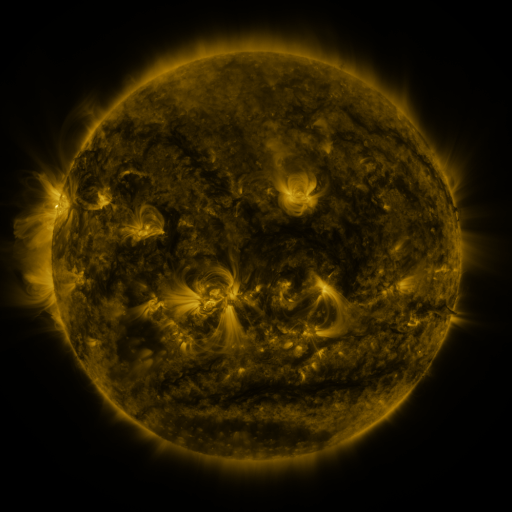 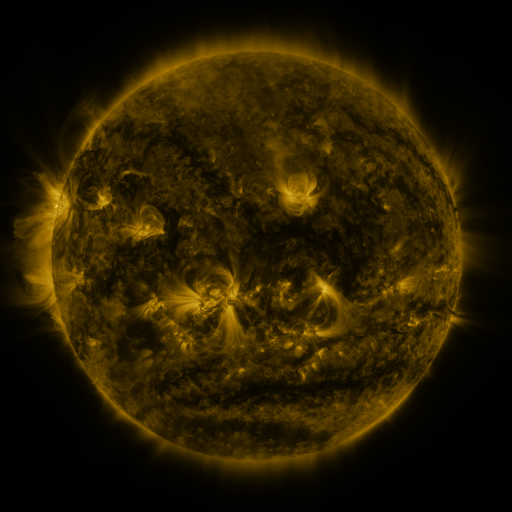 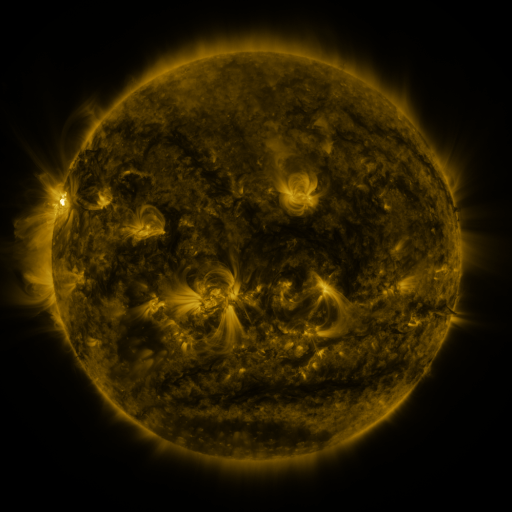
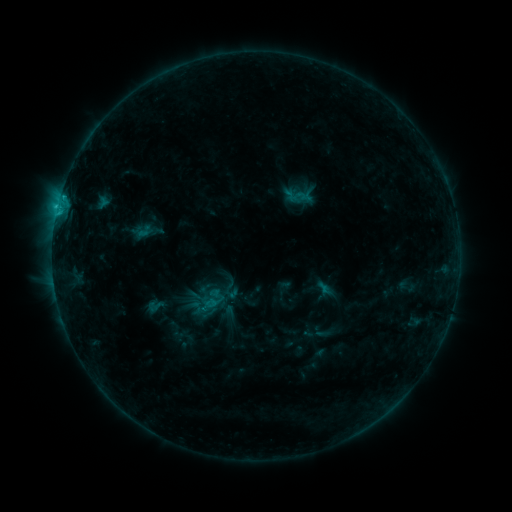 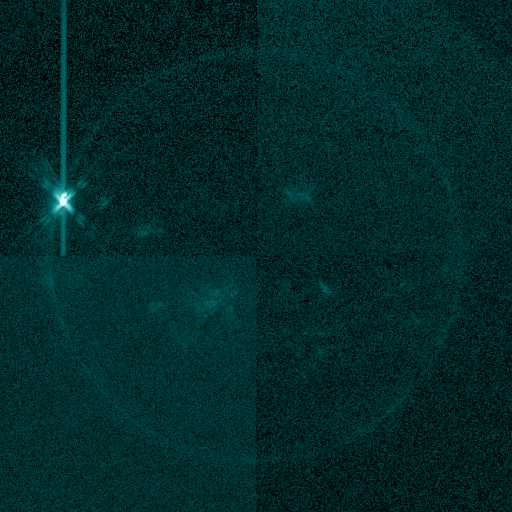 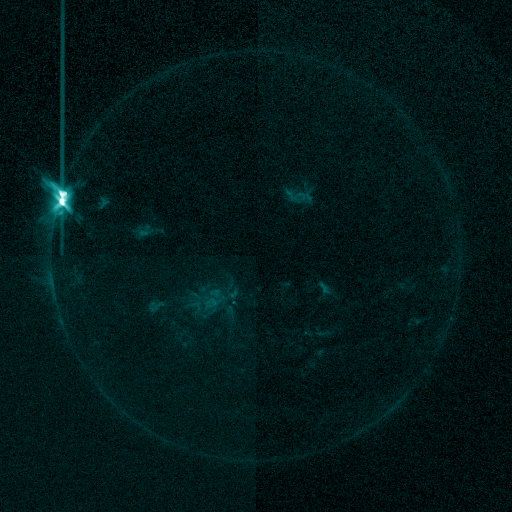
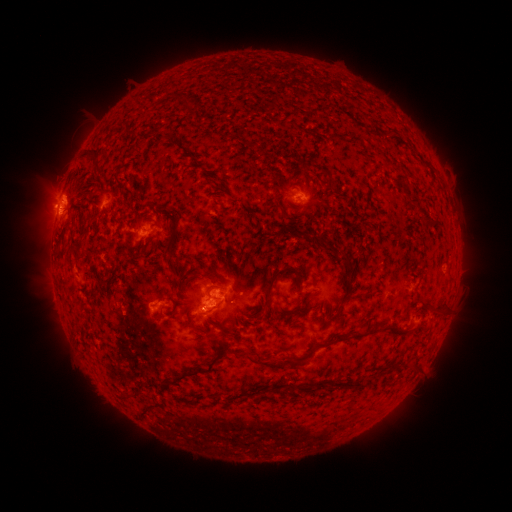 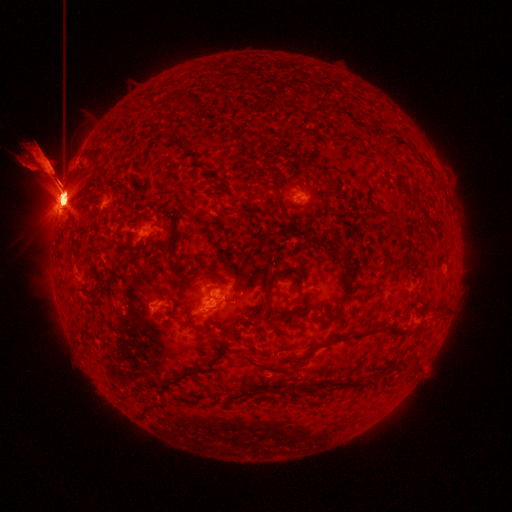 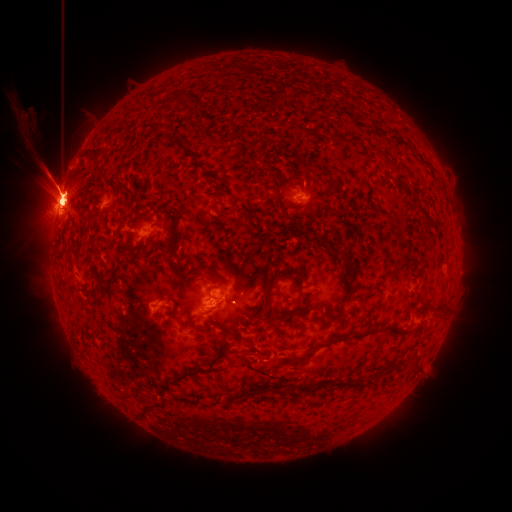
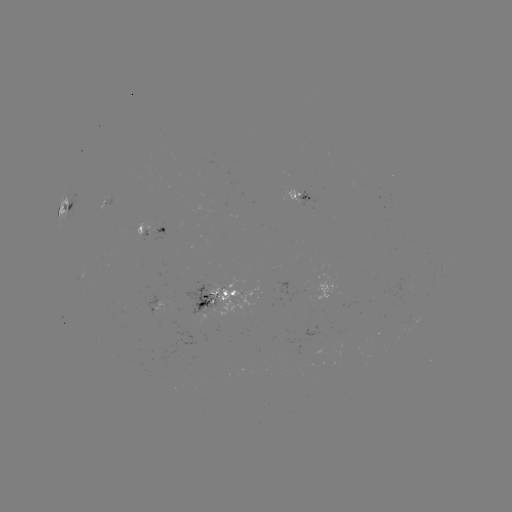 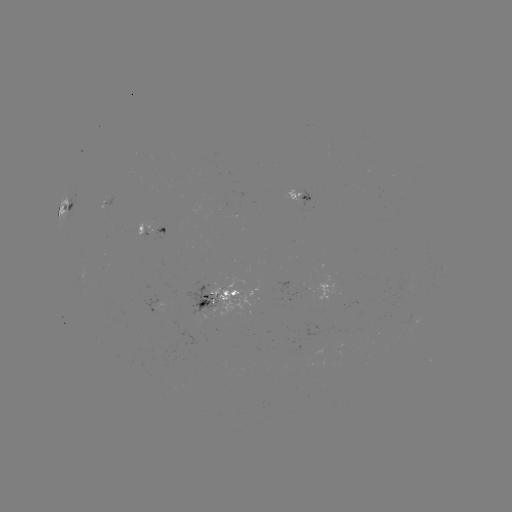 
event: flare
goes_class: X2.7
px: (63, 201)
